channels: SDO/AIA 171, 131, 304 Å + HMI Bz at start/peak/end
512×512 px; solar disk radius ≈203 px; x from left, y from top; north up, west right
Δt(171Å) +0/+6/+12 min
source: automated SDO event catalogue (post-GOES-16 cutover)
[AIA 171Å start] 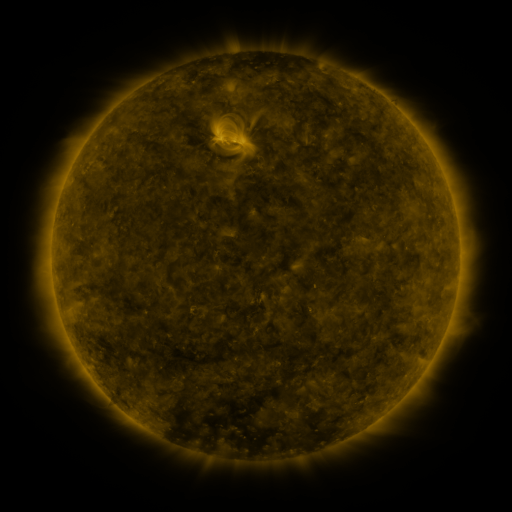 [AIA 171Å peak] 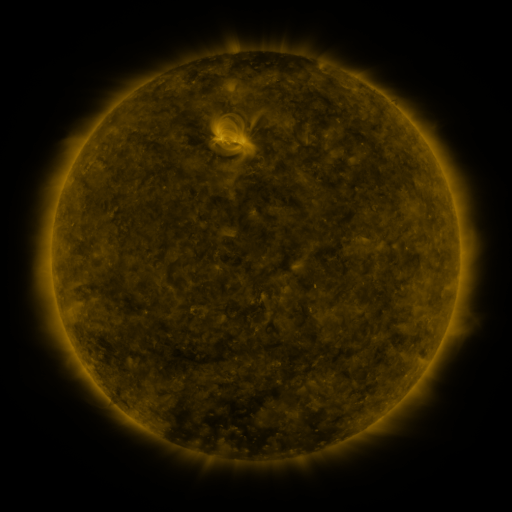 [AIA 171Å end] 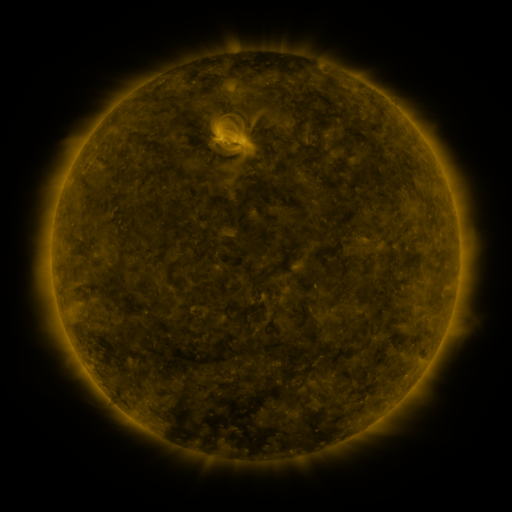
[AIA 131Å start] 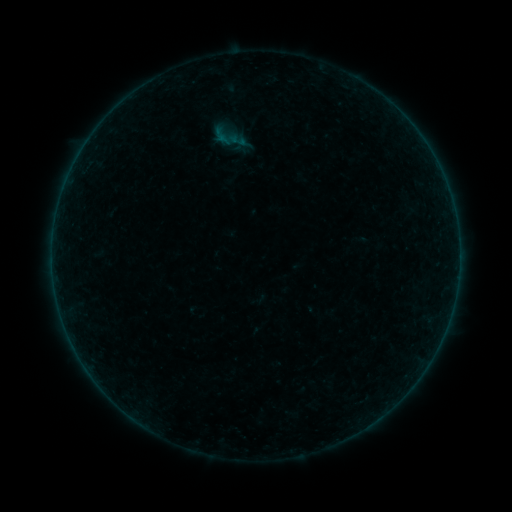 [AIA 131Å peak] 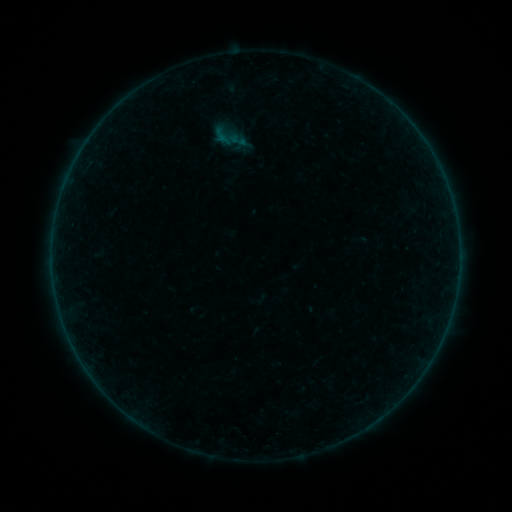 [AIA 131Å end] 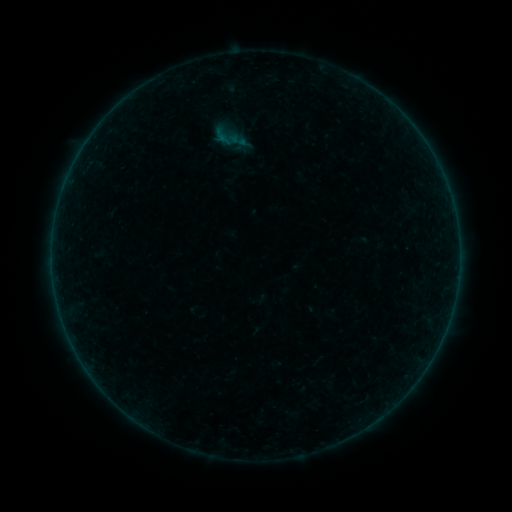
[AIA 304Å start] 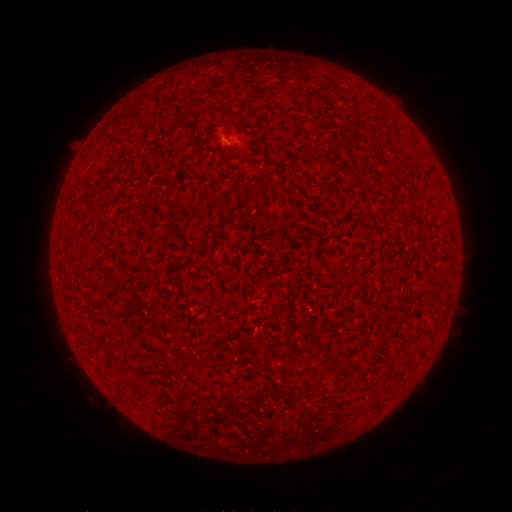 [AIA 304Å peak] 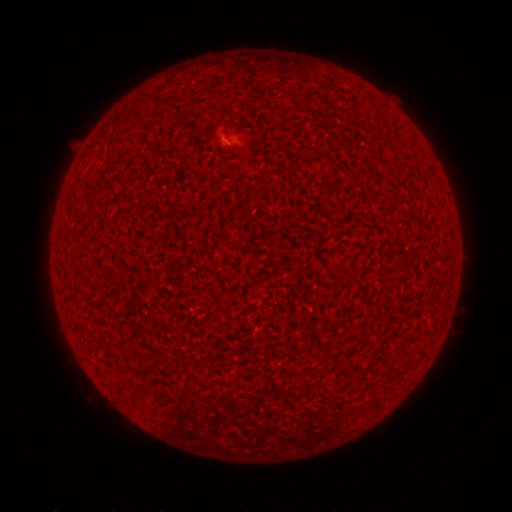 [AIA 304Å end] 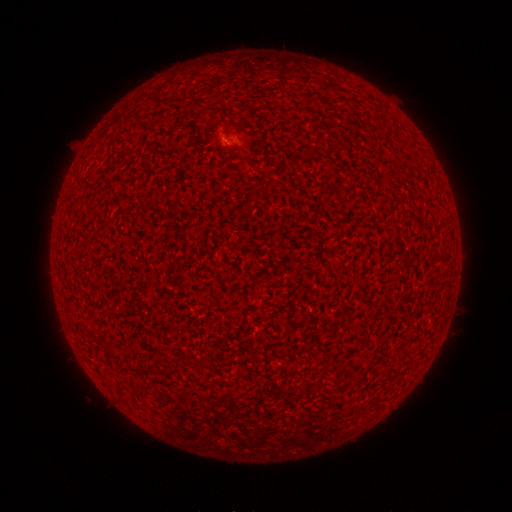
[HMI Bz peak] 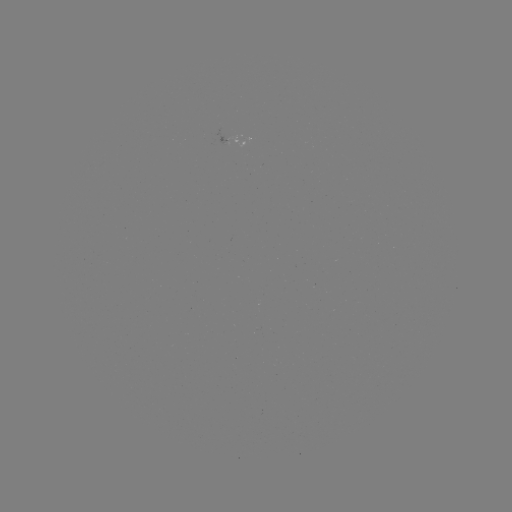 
nothing was catalogued: no classed flare, no EUV trigger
